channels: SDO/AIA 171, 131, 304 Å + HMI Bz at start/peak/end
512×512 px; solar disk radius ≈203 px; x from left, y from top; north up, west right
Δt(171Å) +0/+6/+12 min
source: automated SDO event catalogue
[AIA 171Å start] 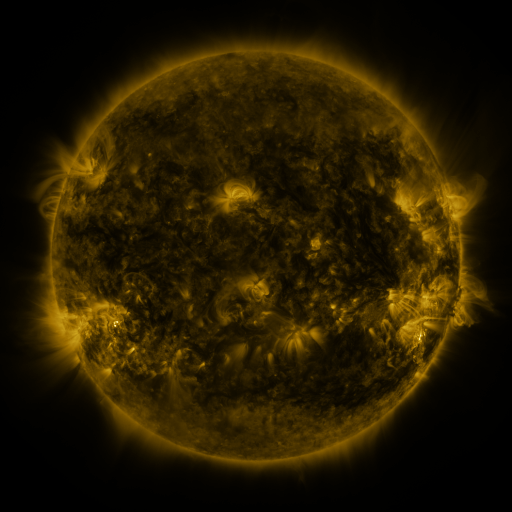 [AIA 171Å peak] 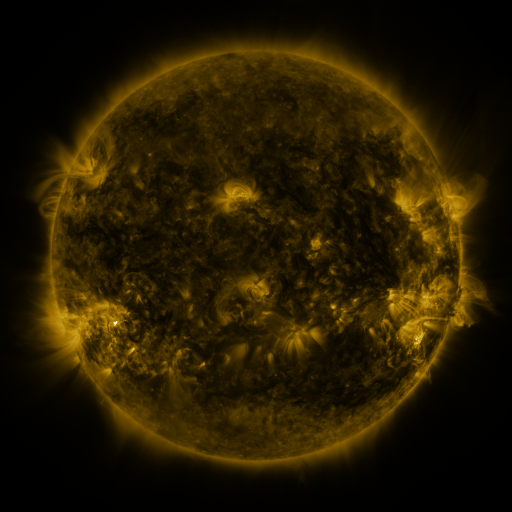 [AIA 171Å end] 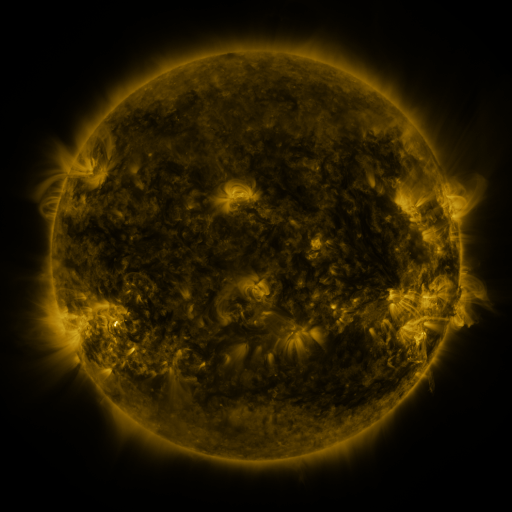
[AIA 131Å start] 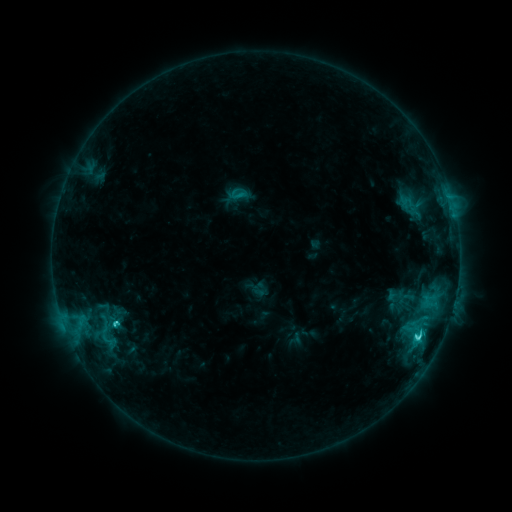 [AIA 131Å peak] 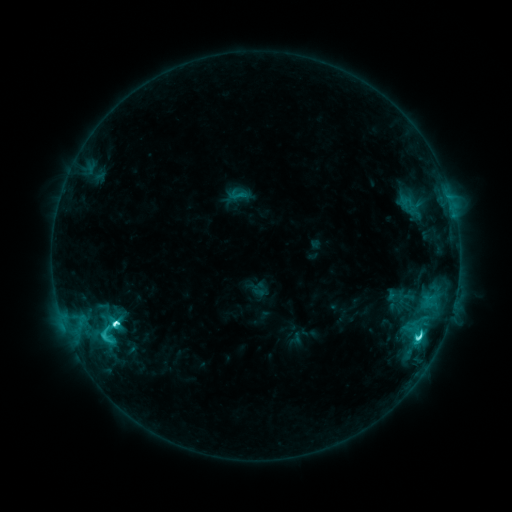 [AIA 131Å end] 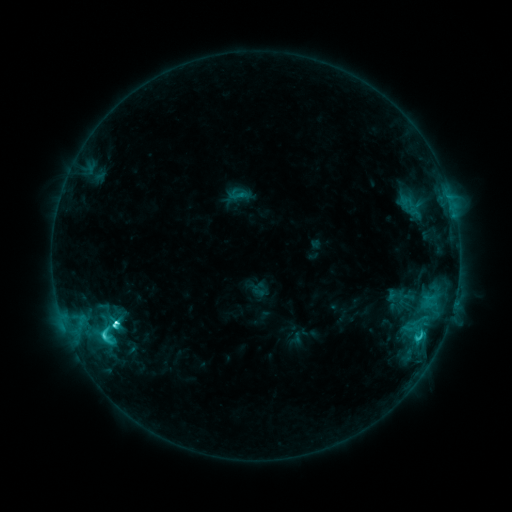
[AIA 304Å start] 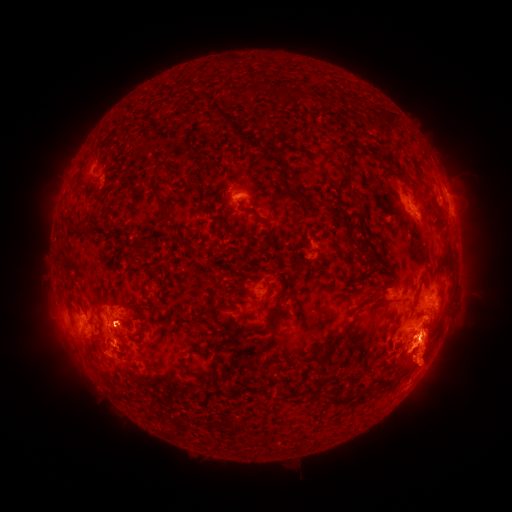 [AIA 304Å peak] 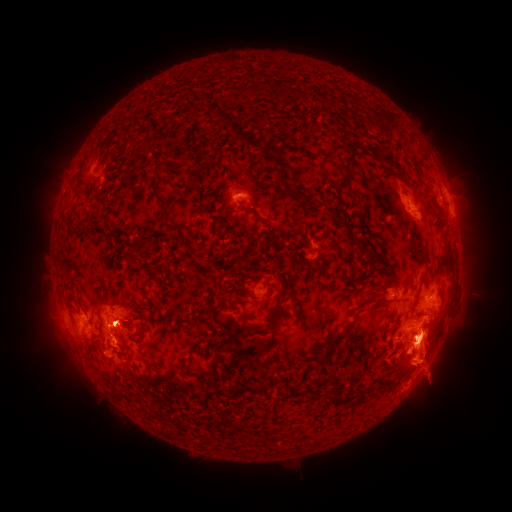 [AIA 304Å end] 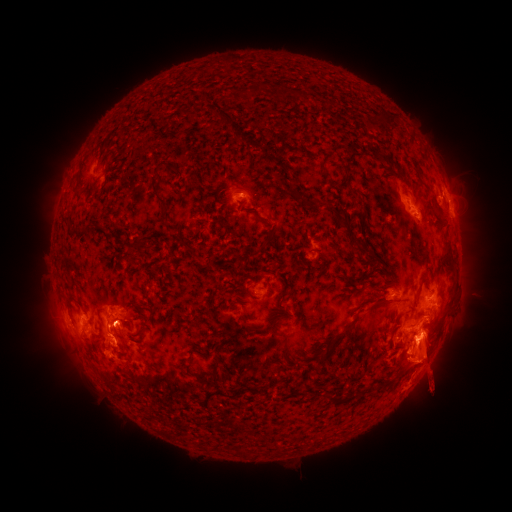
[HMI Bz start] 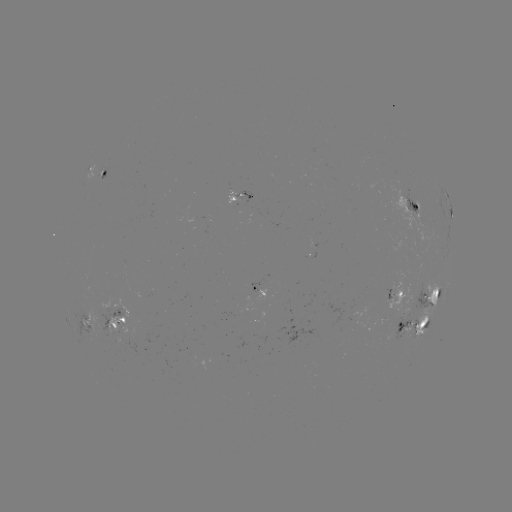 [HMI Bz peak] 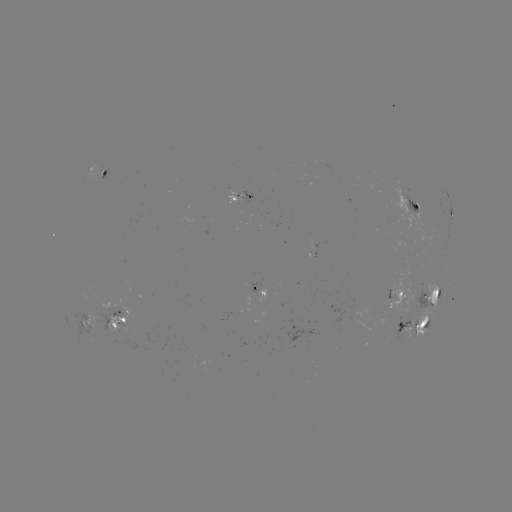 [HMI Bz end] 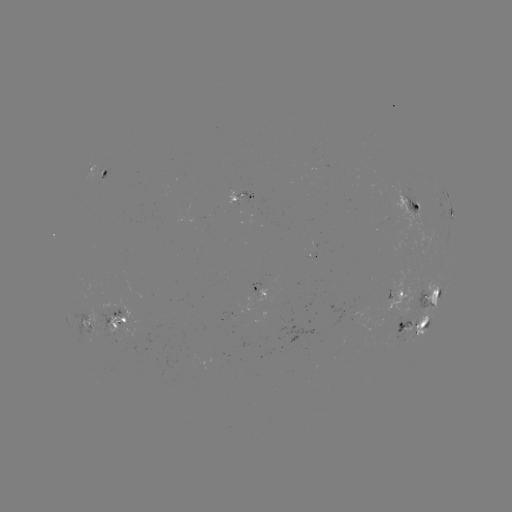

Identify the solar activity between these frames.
M1.0 flare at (116, 320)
